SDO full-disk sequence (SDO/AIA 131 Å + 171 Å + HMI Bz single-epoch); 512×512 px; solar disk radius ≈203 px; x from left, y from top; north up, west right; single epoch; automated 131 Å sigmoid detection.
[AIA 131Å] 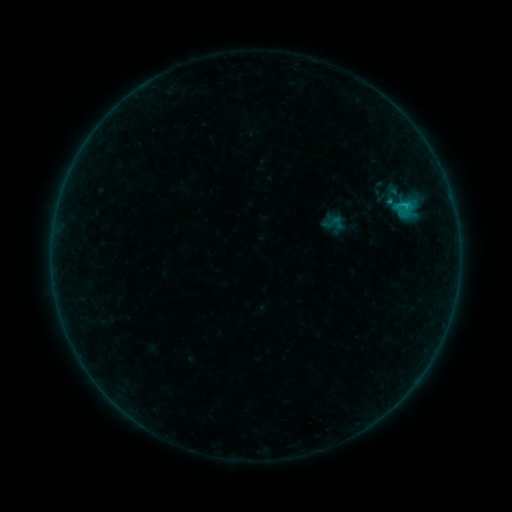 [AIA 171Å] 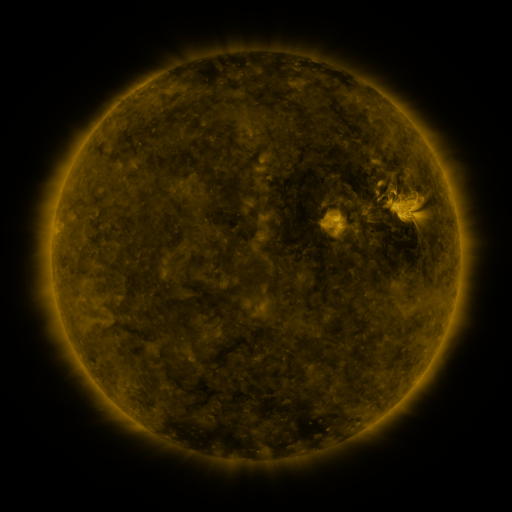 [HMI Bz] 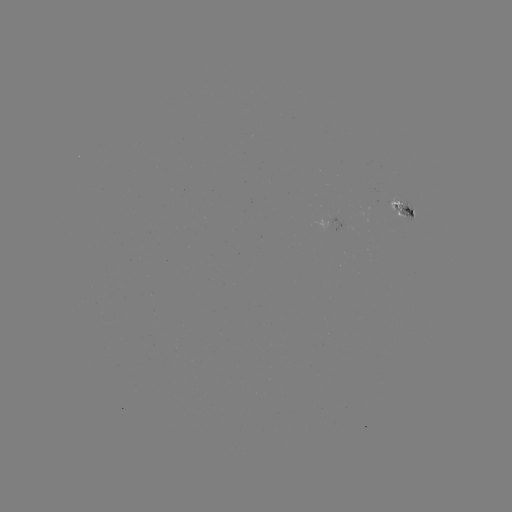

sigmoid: (328, 213, 345, 232)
